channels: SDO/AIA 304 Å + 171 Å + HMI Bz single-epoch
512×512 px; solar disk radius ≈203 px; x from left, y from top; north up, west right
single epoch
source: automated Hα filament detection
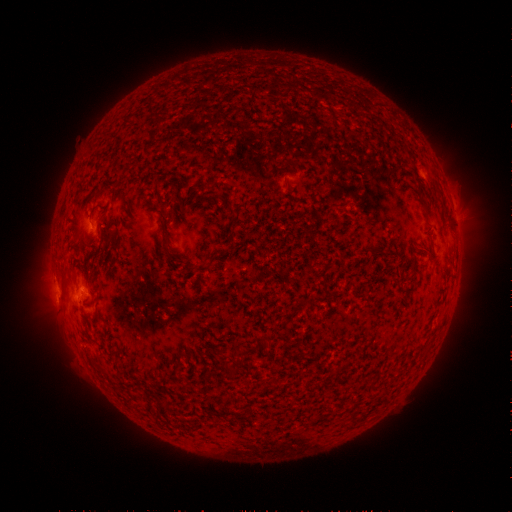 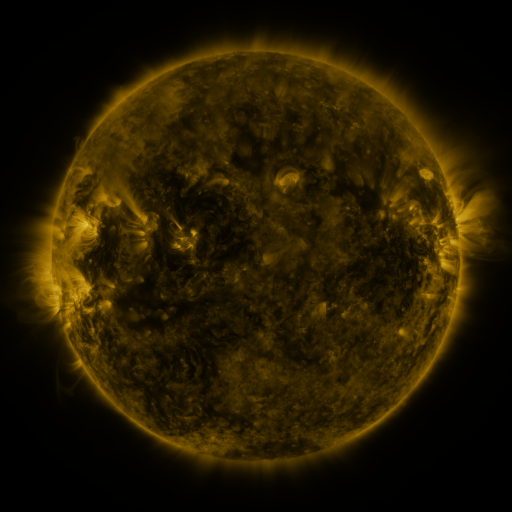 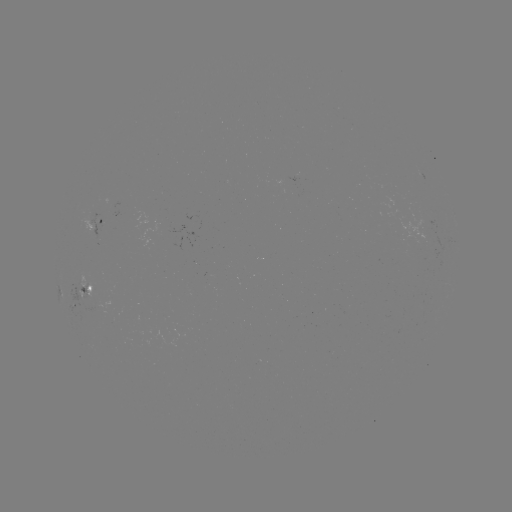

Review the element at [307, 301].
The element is filament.